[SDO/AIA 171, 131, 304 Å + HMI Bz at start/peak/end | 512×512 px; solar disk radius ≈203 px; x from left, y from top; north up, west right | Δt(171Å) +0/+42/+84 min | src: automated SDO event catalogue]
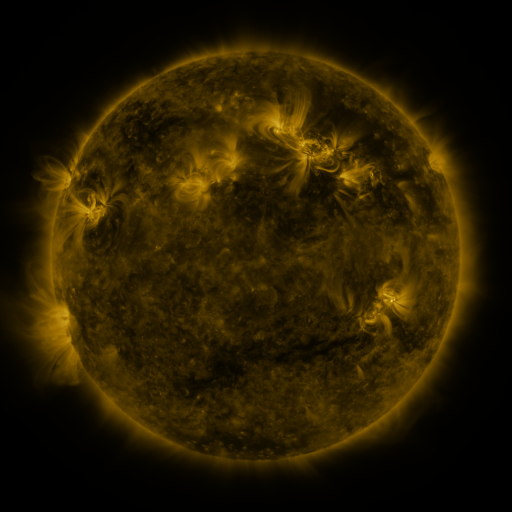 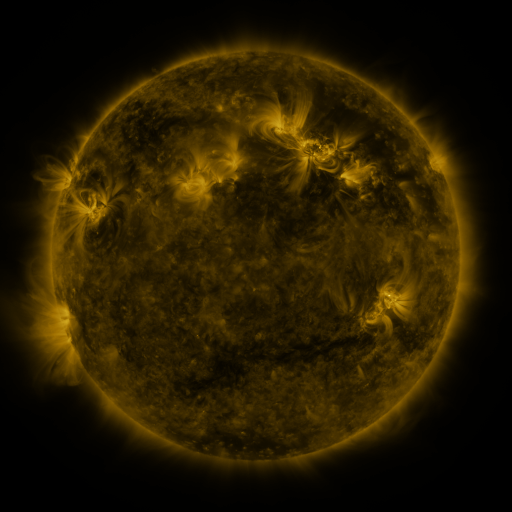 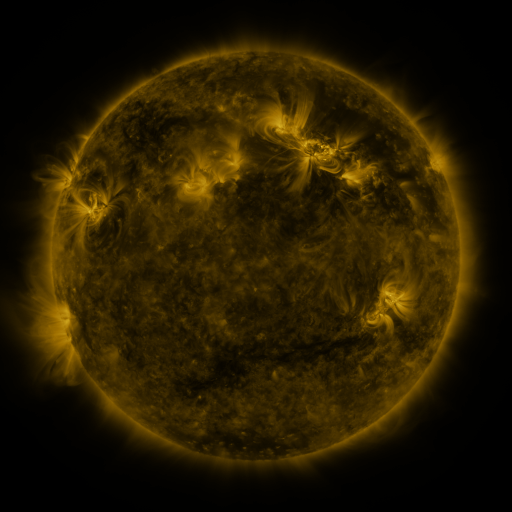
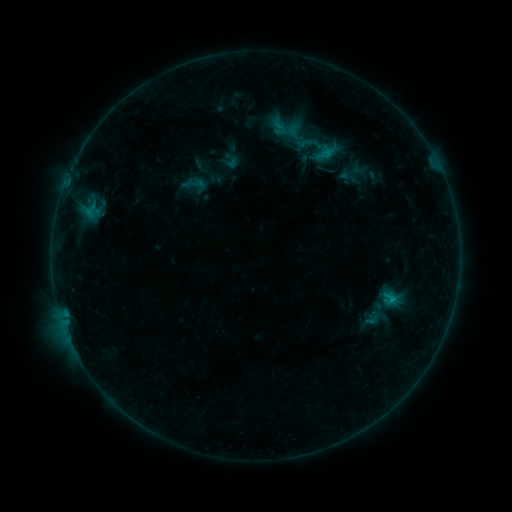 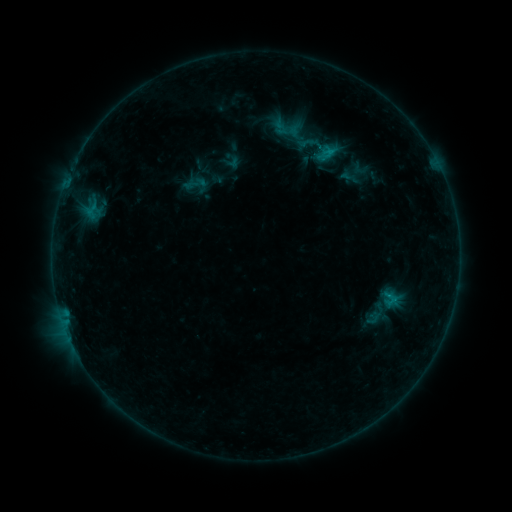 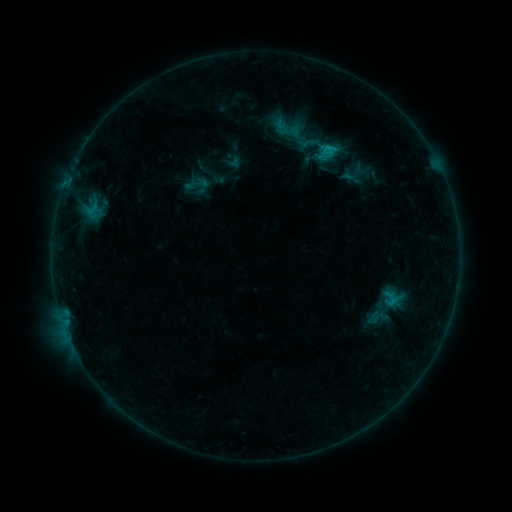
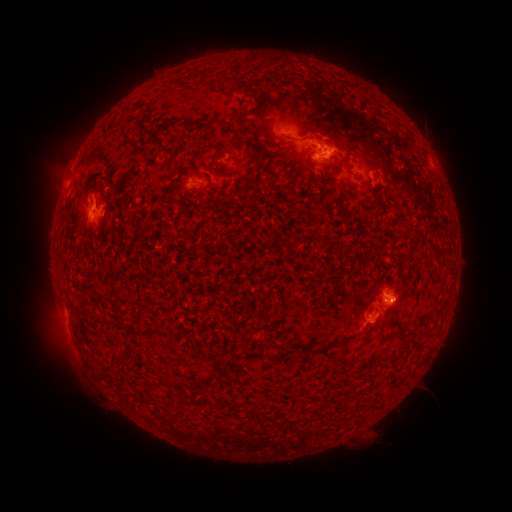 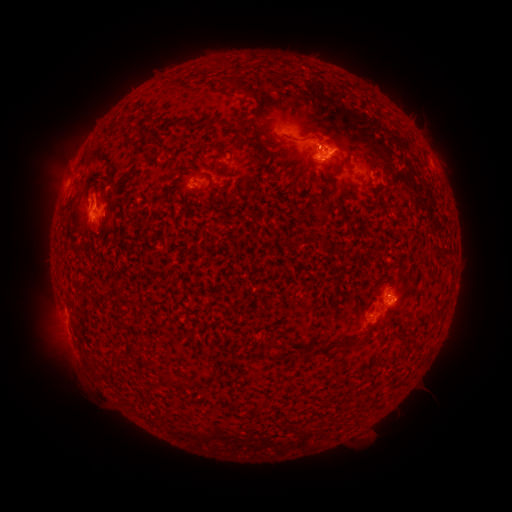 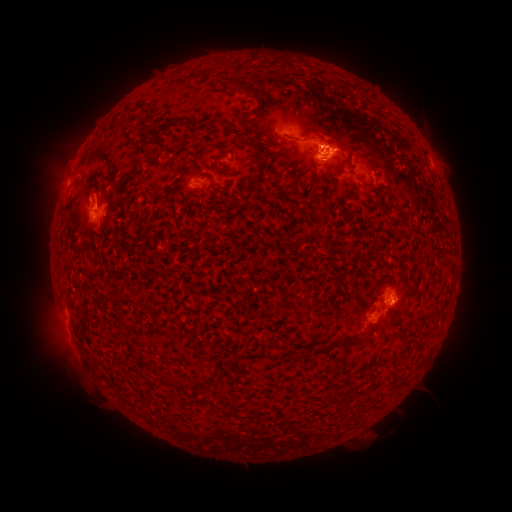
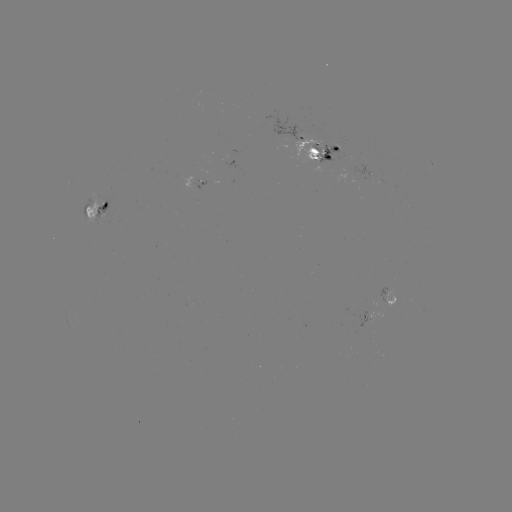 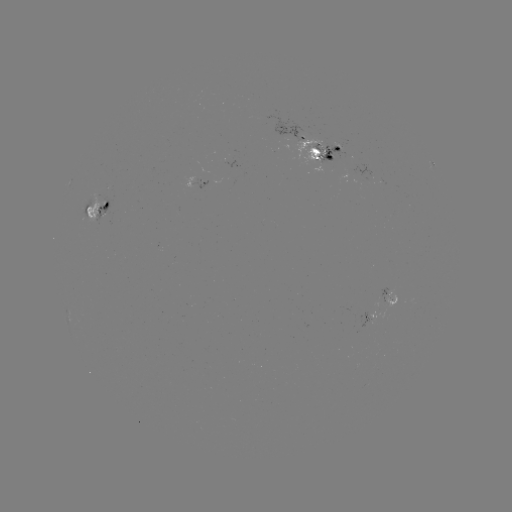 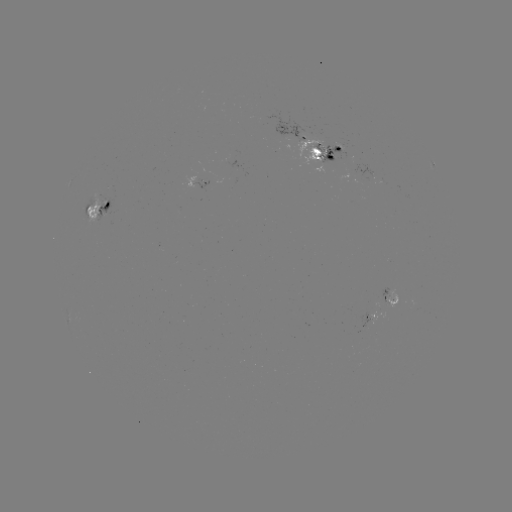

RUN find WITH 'emerging-flux region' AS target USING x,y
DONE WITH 315,147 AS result